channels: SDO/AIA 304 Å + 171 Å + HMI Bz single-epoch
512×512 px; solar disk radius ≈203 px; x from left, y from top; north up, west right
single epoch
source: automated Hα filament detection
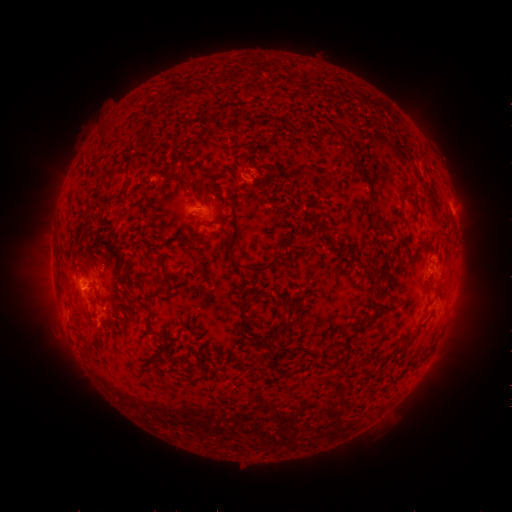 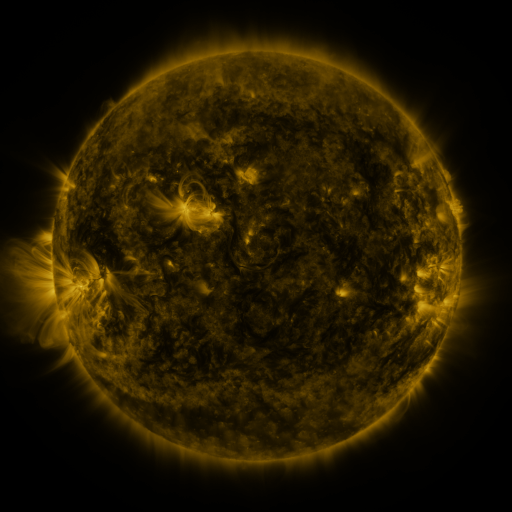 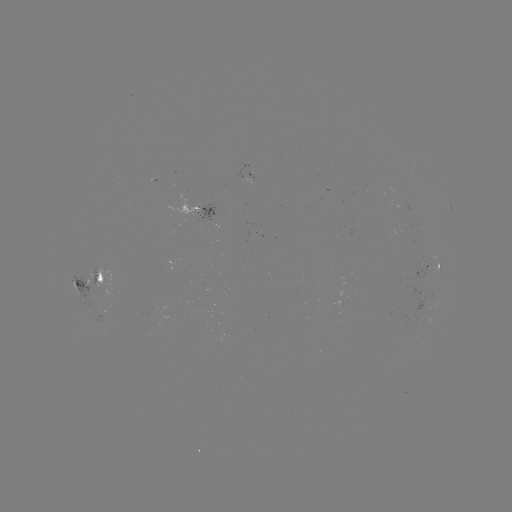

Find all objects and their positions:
filament: (186, 172)
filament: (407, 193)
filament: (210, 224)
filament: (256, 270)
filament: (372, 272)
filament: (160, 279)
filament: (153, 295)
filament: (148, 320)
filament: (243, 321)
filament: (286, 326)
filament: (397, 351)
